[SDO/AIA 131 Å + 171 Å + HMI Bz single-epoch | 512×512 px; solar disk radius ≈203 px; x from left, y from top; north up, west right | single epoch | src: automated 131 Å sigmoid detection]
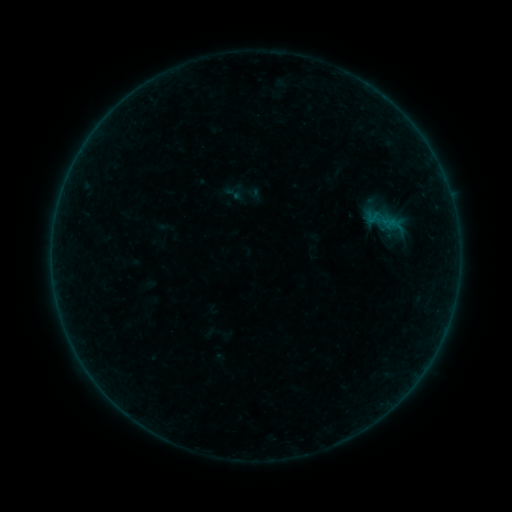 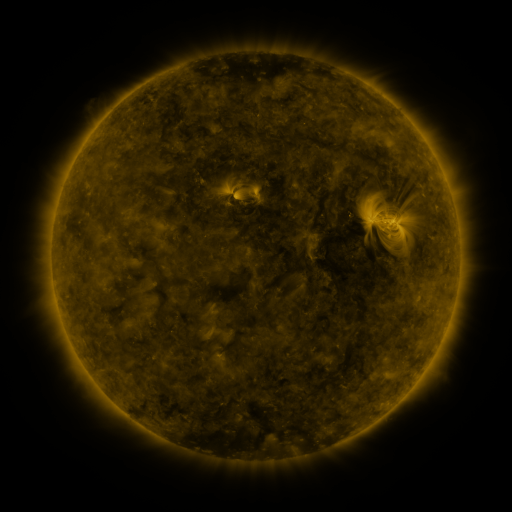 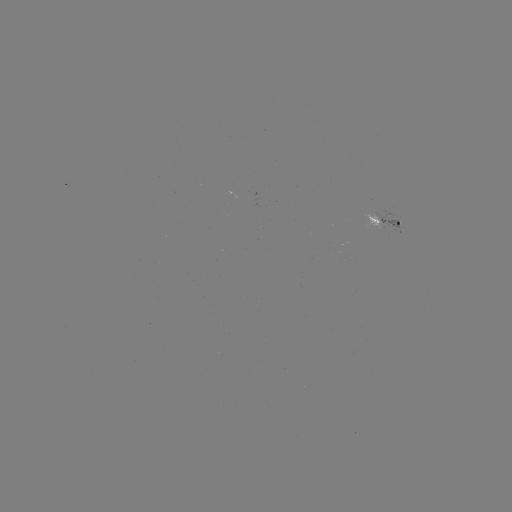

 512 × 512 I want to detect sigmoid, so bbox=[227, 182, 246, 201].